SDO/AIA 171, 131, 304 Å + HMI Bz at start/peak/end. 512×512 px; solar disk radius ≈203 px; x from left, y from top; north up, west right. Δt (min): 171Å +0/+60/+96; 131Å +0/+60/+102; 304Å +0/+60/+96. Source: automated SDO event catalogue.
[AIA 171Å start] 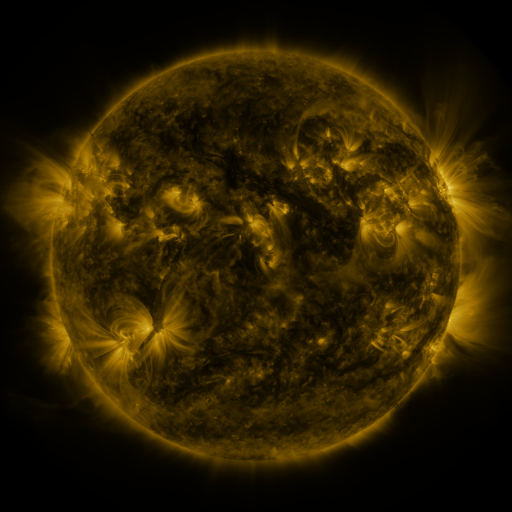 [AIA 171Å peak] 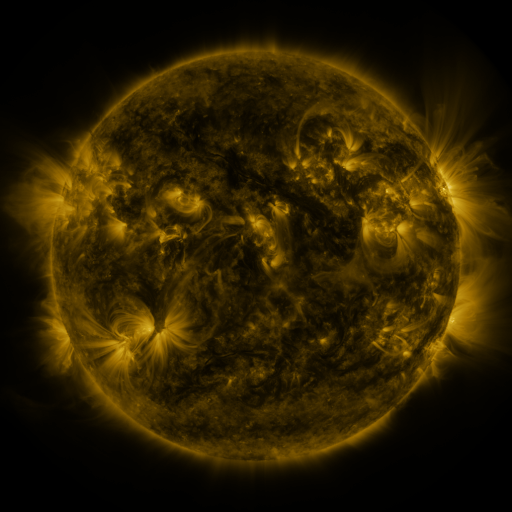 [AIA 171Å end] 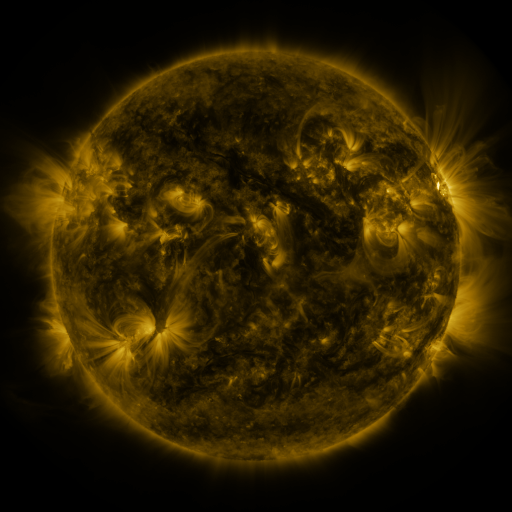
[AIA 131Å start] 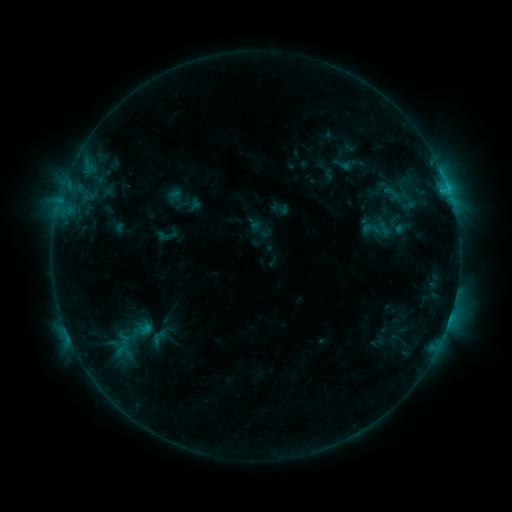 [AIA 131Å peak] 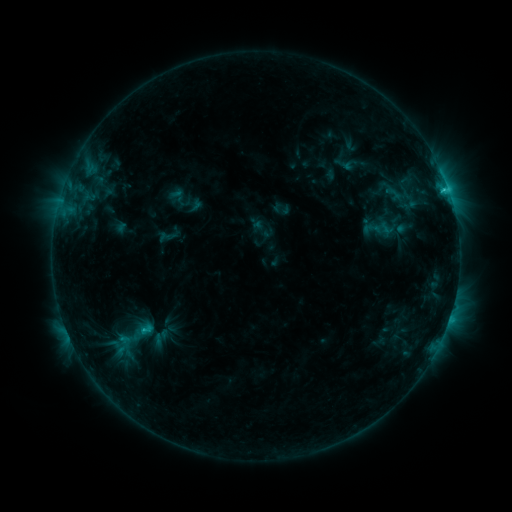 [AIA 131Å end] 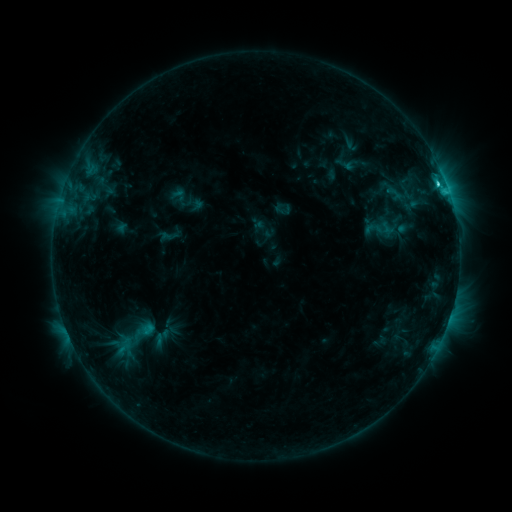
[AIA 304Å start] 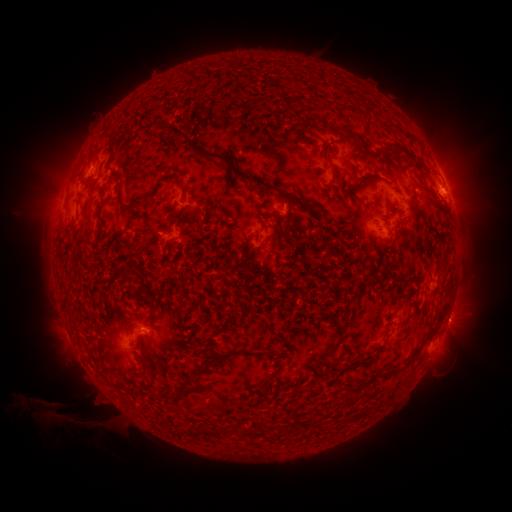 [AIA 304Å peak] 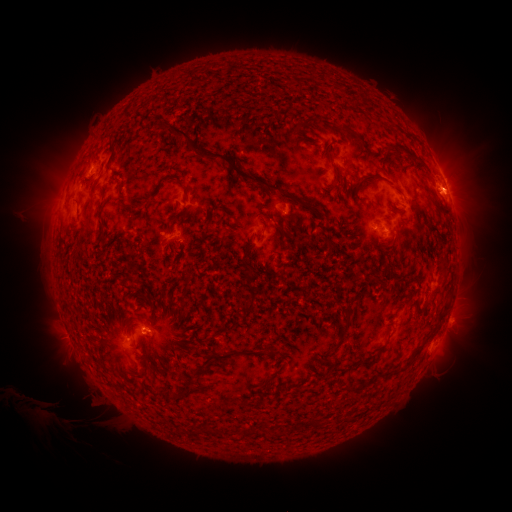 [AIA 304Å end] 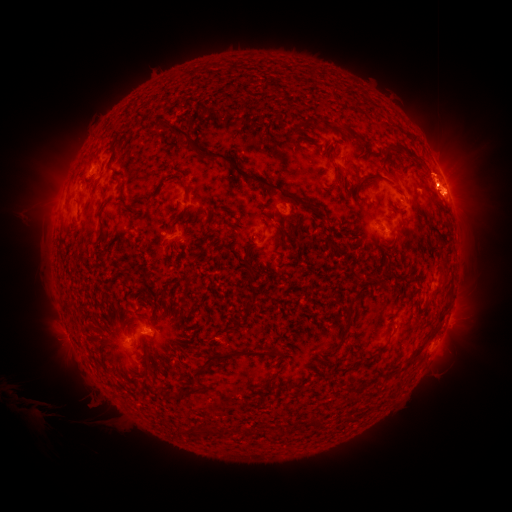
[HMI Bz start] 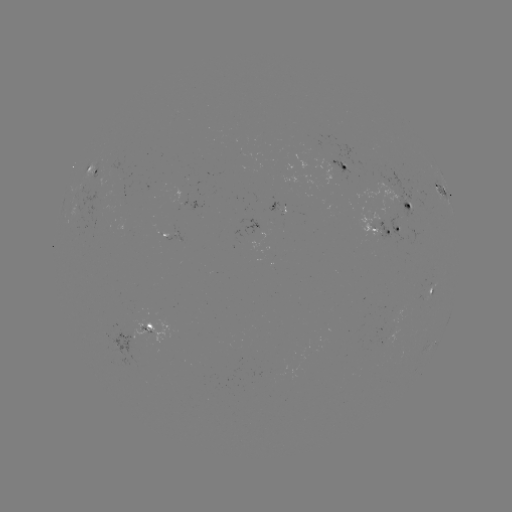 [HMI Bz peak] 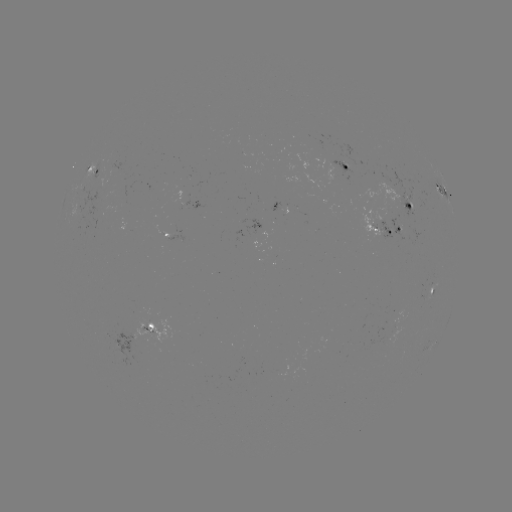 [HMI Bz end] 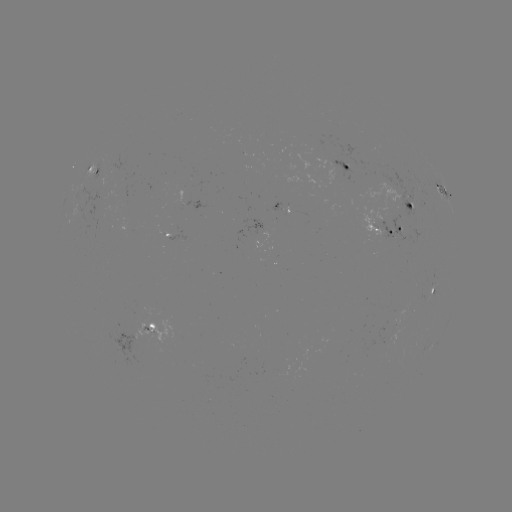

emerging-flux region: <bbox>174, 188, 181, 212</bbox>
